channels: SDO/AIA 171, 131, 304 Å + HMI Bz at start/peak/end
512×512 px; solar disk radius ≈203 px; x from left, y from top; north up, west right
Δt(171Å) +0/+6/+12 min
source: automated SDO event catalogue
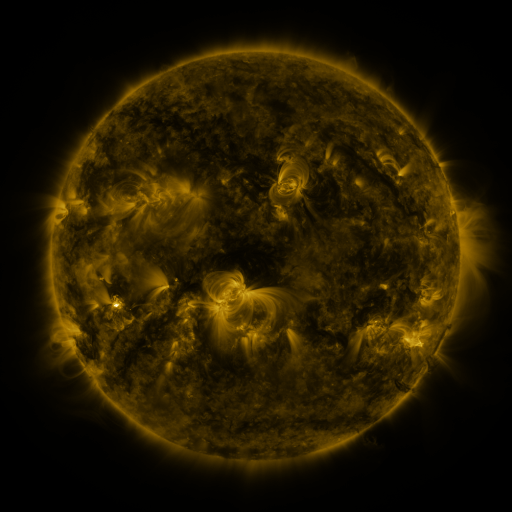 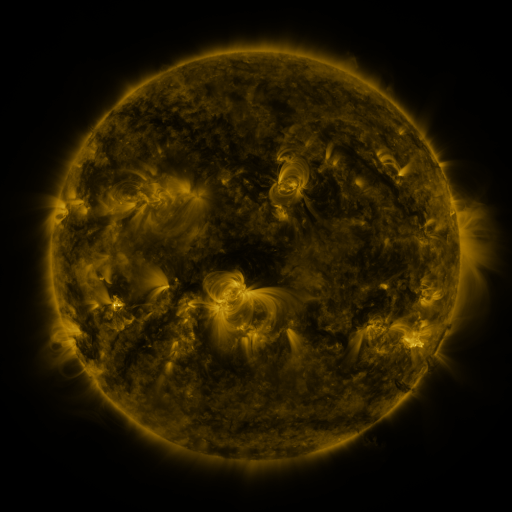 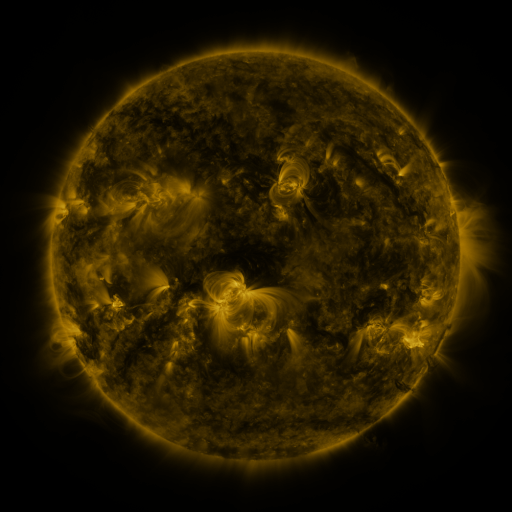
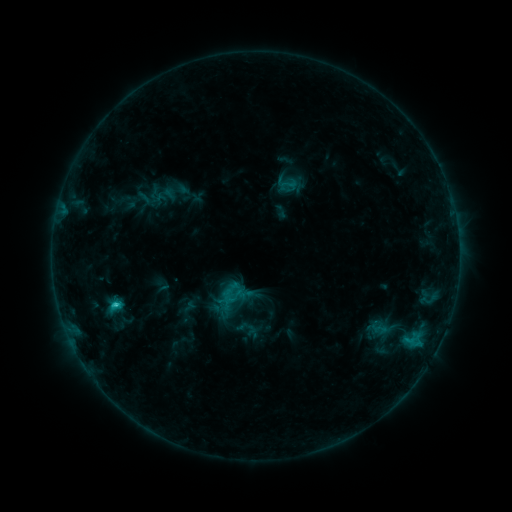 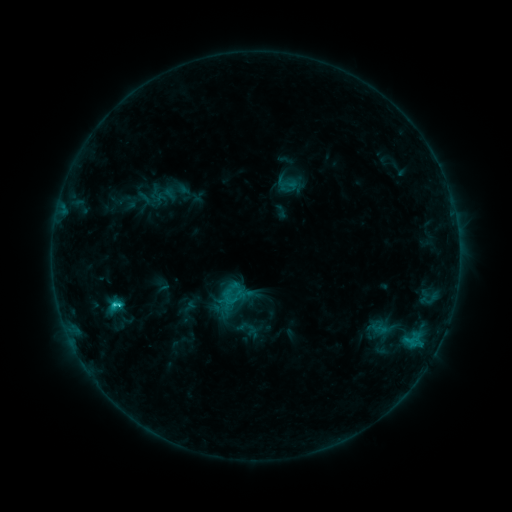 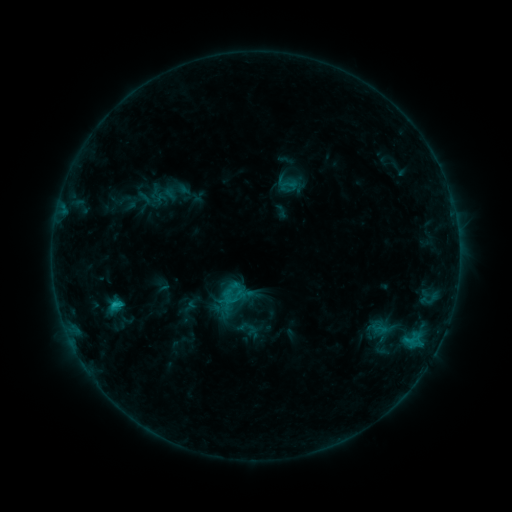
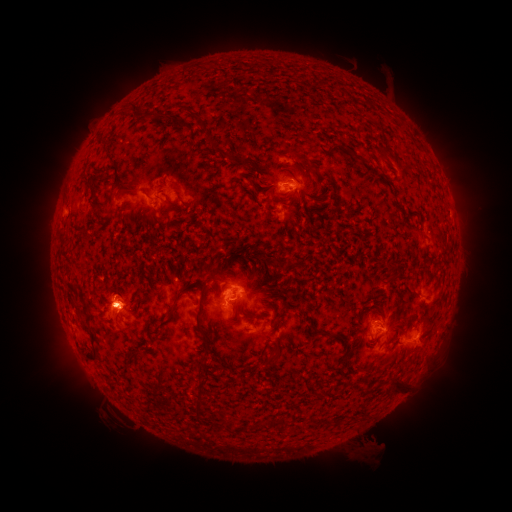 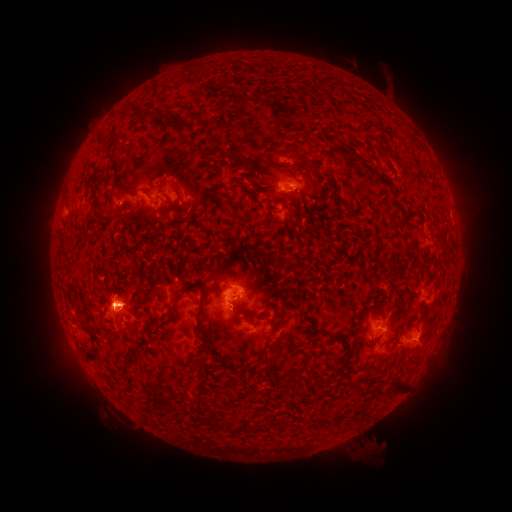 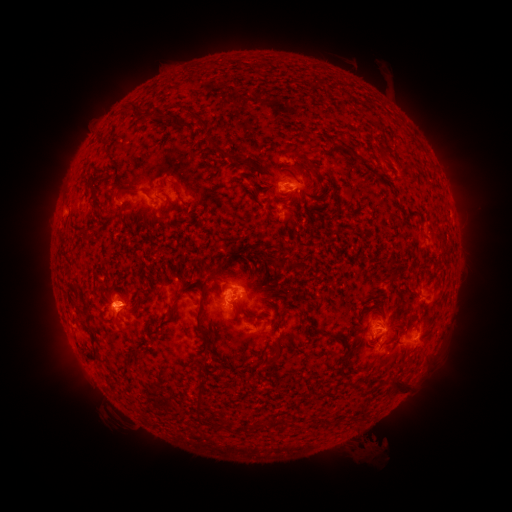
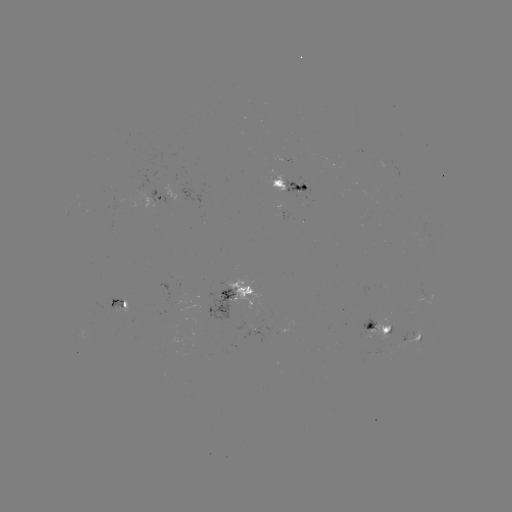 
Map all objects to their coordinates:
C3.3 flare: (115, 303)
